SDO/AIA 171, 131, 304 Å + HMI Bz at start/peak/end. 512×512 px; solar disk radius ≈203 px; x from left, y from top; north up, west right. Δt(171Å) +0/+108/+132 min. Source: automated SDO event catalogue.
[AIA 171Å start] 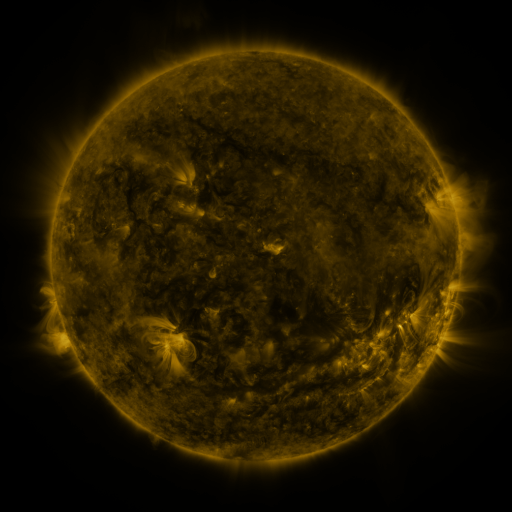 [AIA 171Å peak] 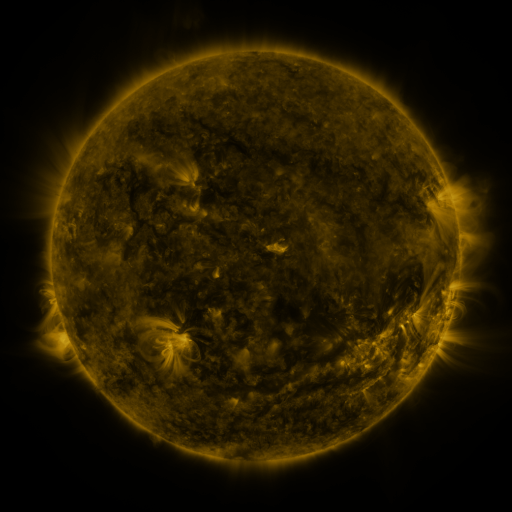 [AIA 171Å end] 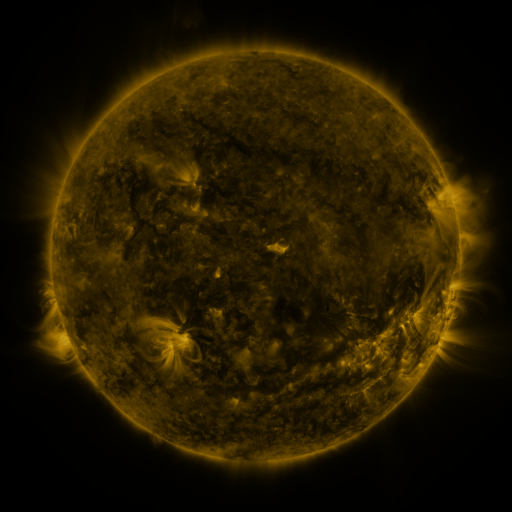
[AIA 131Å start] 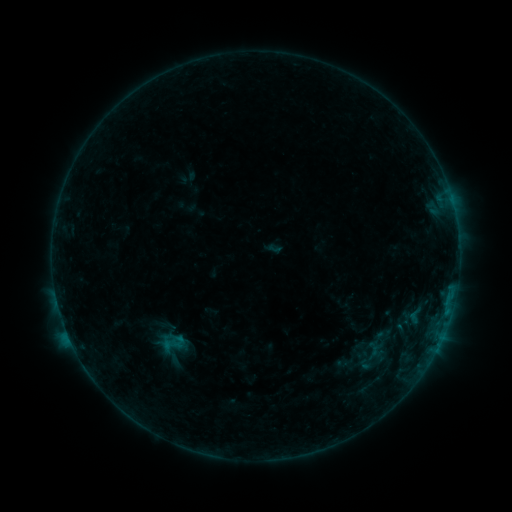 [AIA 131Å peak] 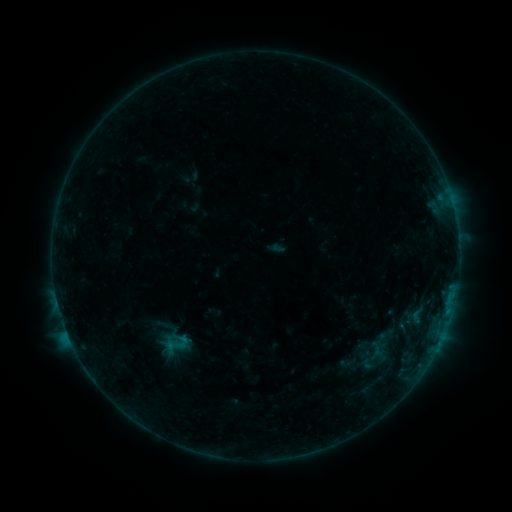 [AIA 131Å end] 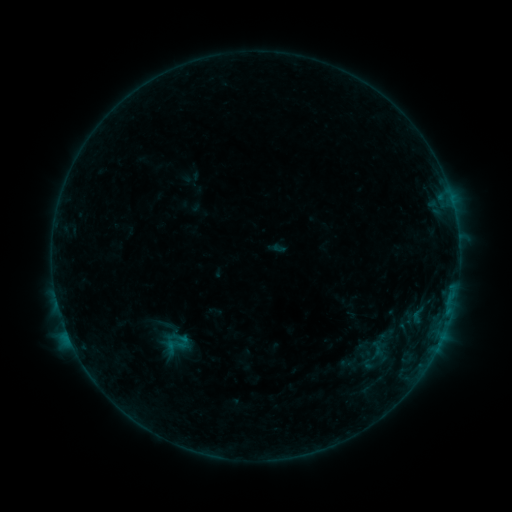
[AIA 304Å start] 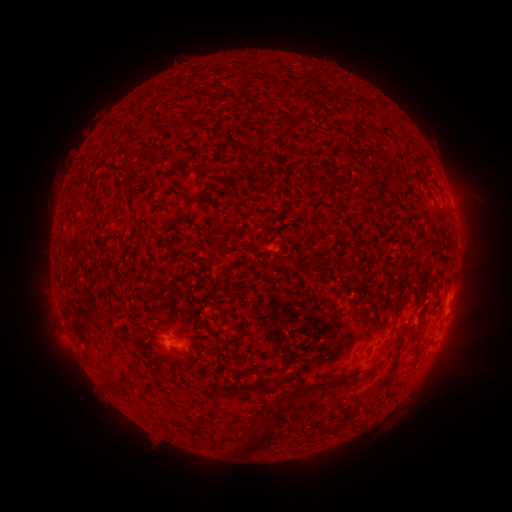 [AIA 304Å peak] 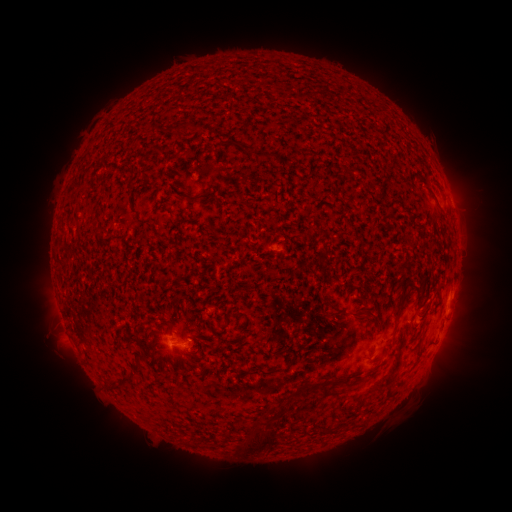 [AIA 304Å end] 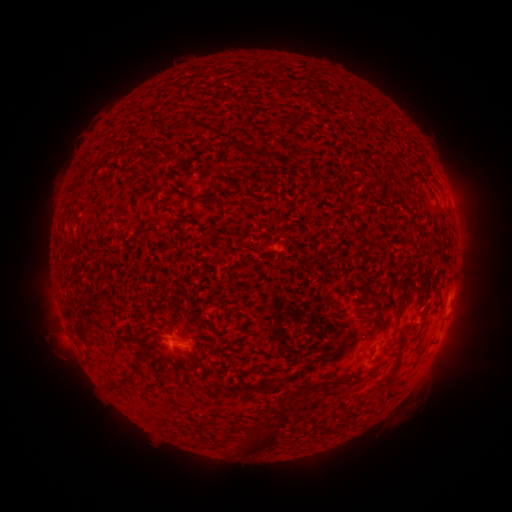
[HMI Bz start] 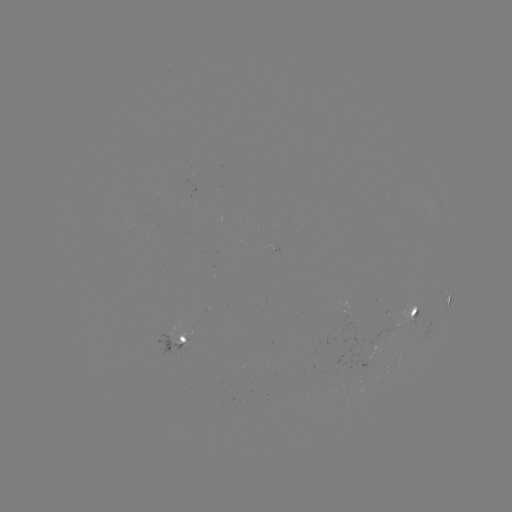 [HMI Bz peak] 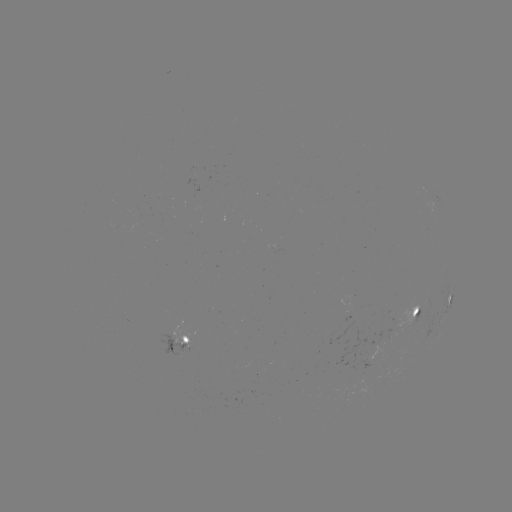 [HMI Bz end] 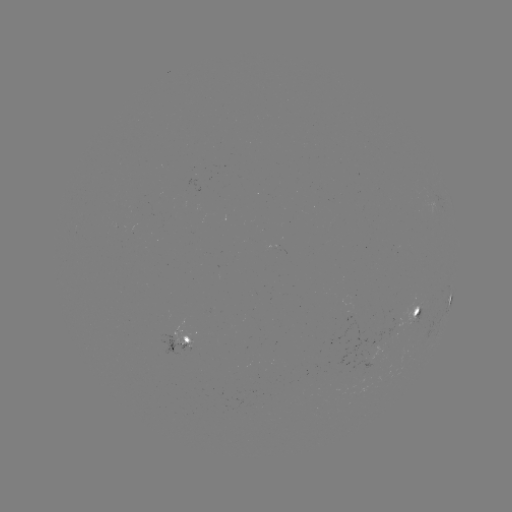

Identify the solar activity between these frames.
emerging-flux region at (420, 308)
